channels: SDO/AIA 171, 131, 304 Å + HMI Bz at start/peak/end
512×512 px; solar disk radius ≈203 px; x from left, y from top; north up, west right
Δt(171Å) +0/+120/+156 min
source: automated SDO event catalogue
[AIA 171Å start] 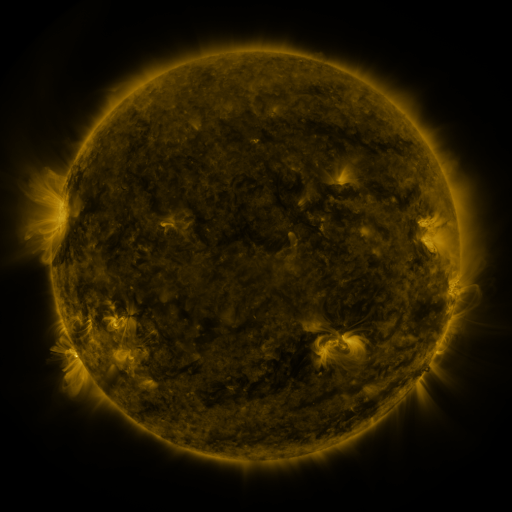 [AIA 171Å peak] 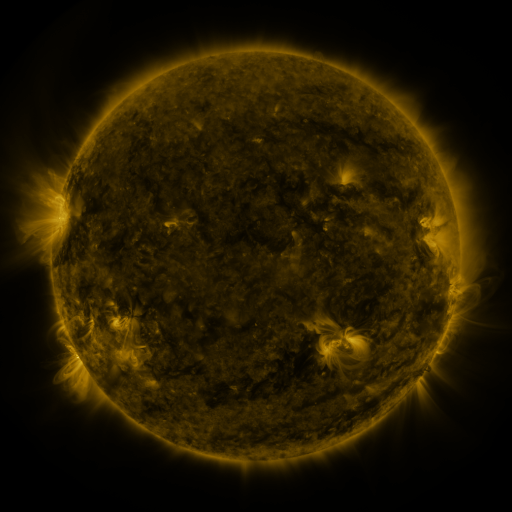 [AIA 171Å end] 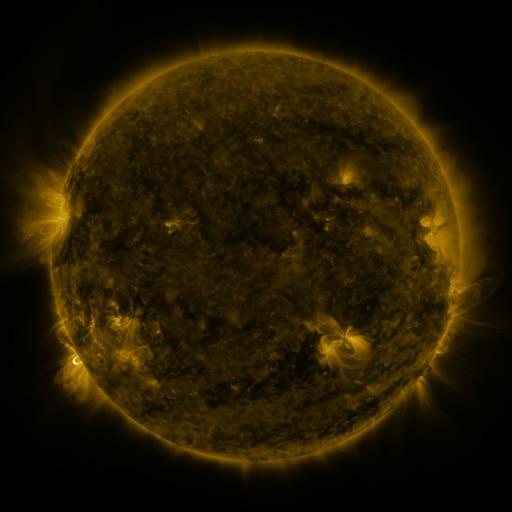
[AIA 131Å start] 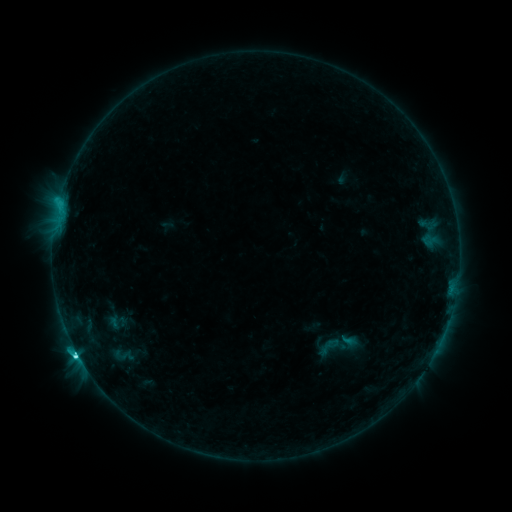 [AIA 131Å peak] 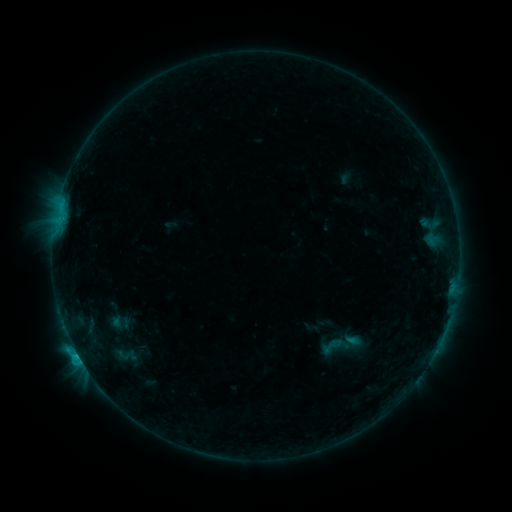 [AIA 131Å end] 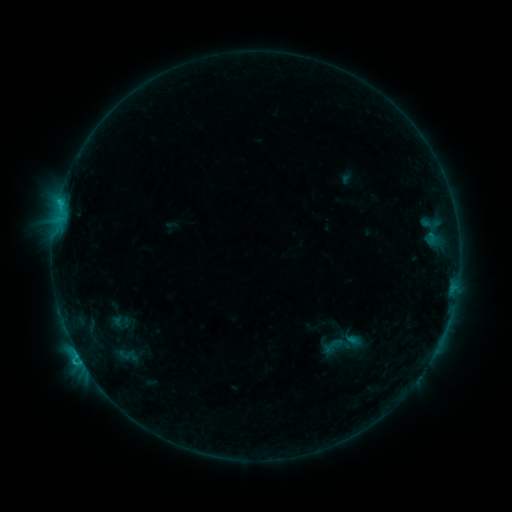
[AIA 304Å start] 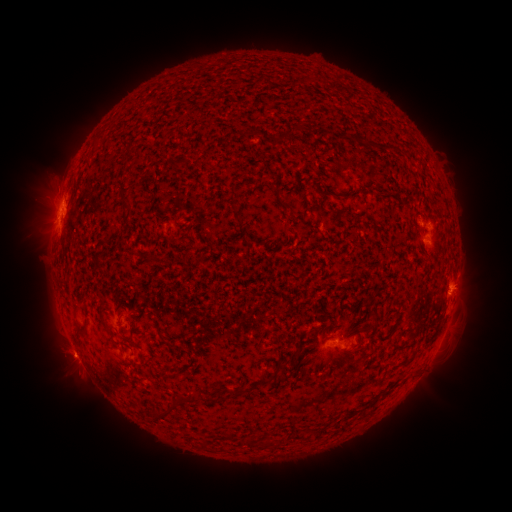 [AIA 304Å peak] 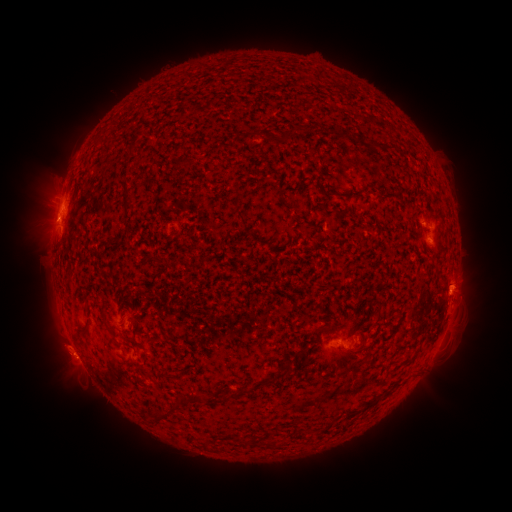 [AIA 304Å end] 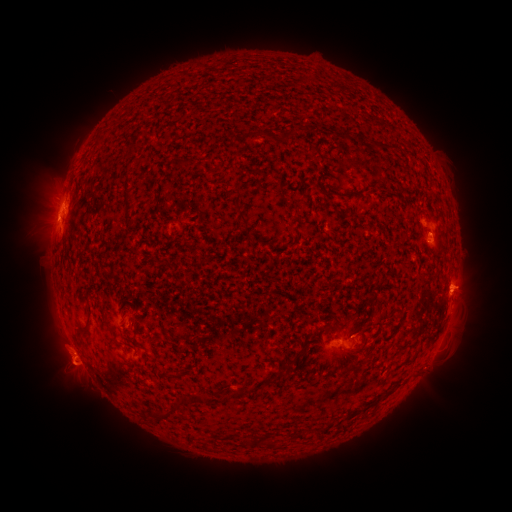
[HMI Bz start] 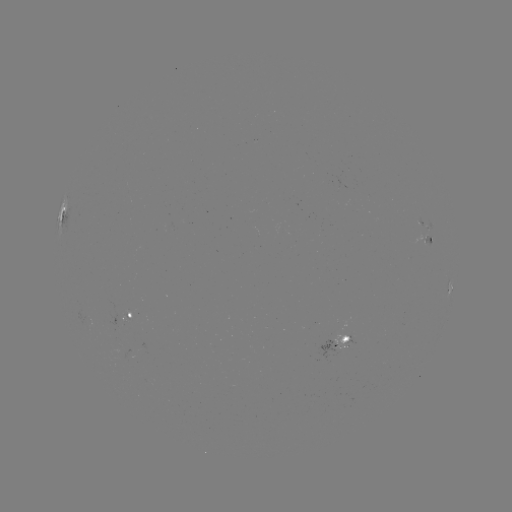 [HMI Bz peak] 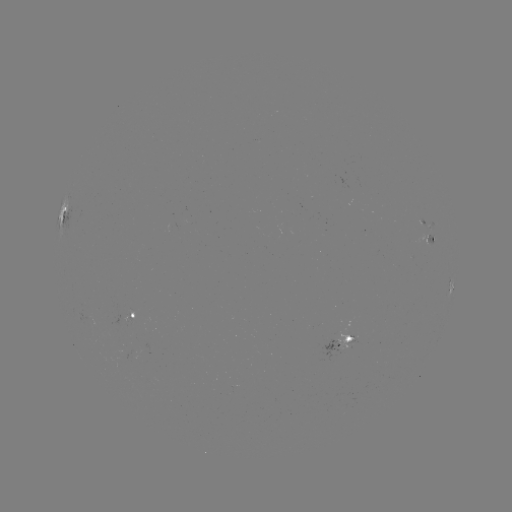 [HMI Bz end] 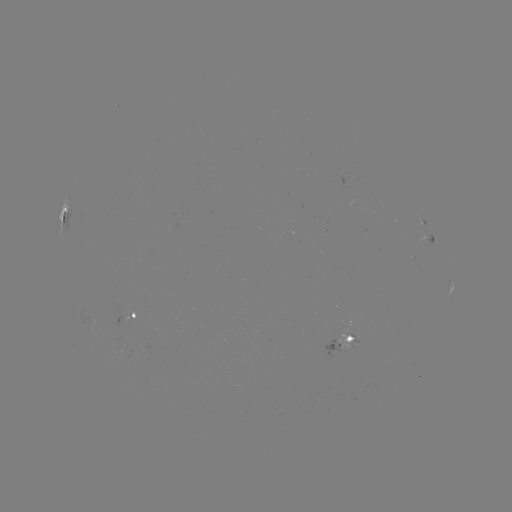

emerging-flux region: (419, 220, 432, 232)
